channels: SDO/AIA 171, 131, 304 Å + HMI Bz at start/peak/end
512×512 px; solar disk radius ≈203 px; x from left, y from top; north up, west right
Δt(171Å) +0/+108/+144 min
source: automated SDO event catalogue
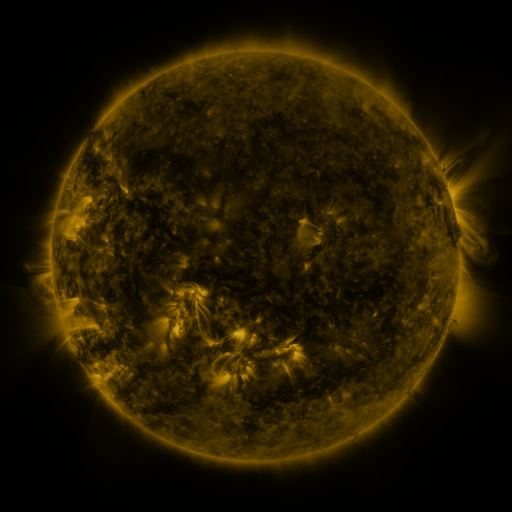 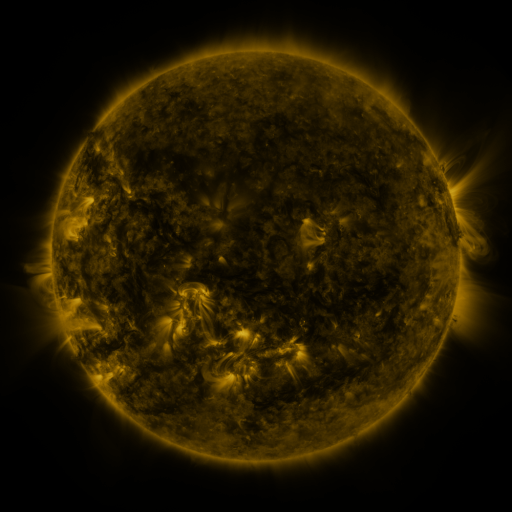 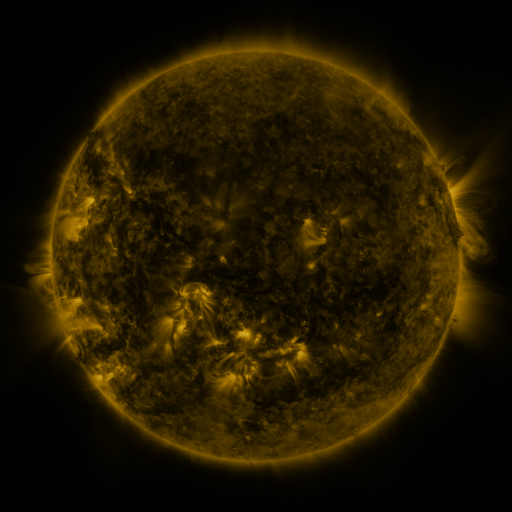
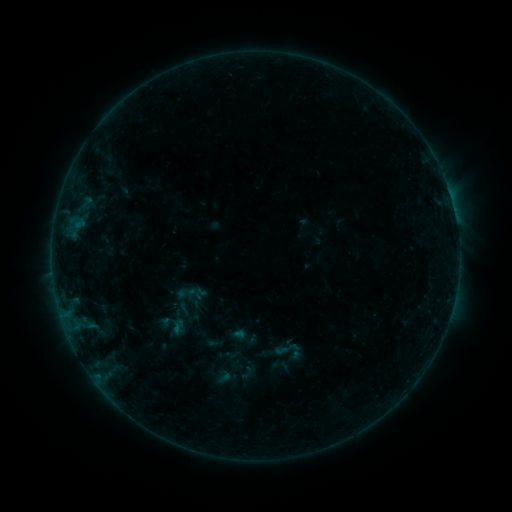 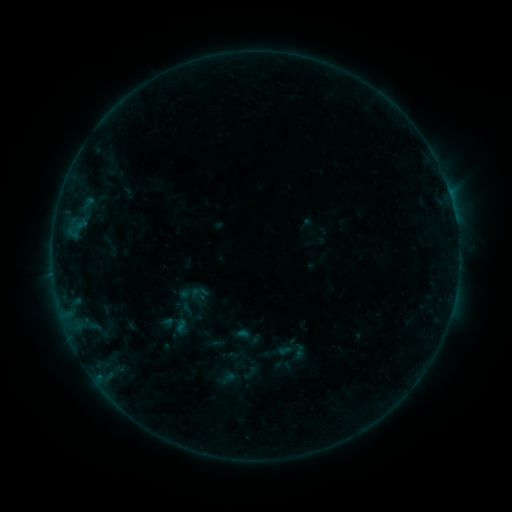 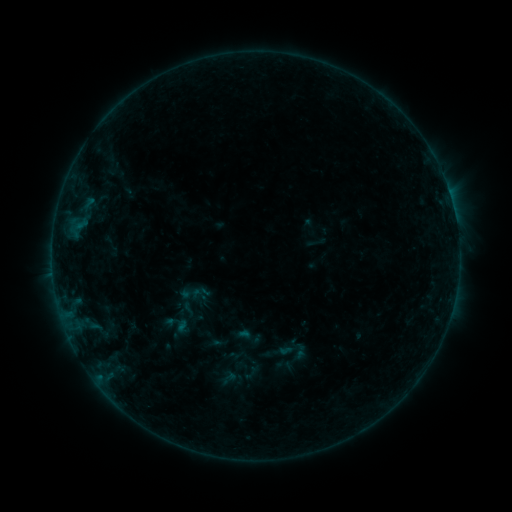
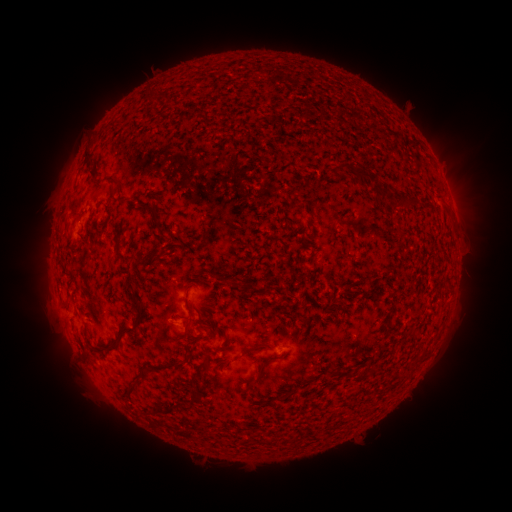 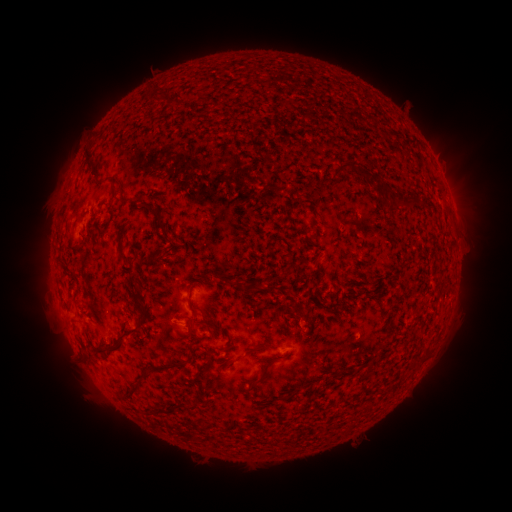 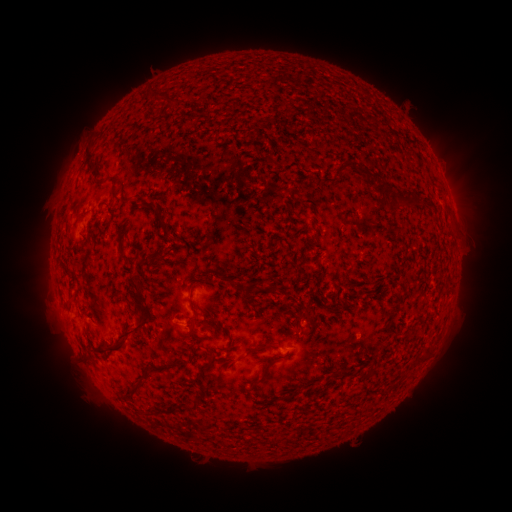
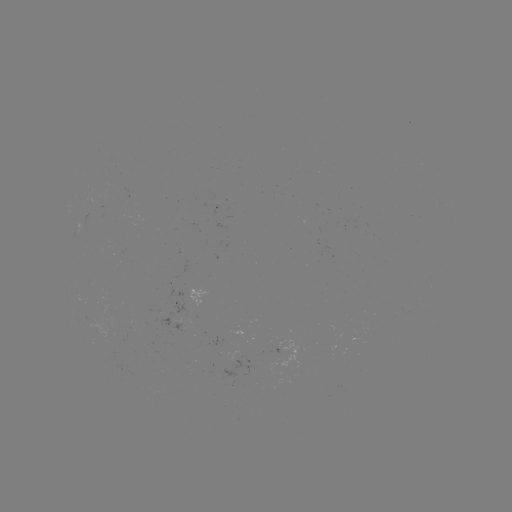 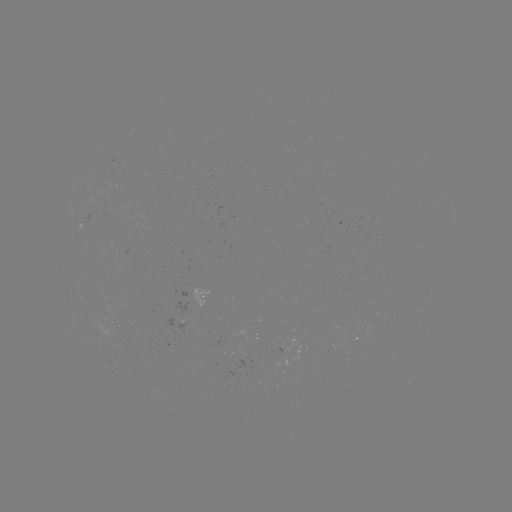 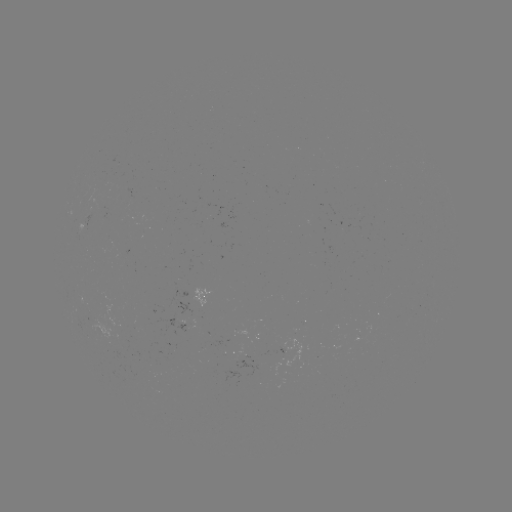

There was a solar emerging-flux region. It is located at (106, 311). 